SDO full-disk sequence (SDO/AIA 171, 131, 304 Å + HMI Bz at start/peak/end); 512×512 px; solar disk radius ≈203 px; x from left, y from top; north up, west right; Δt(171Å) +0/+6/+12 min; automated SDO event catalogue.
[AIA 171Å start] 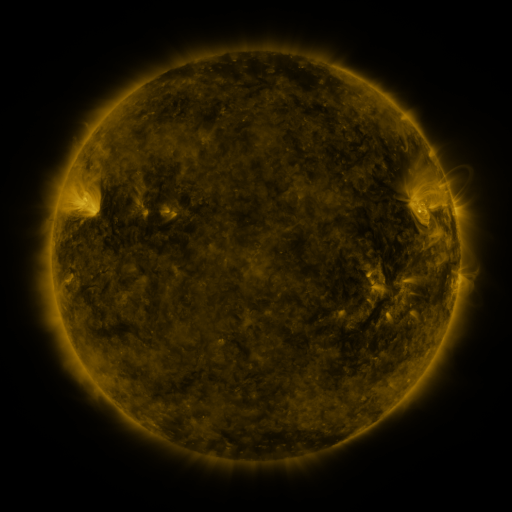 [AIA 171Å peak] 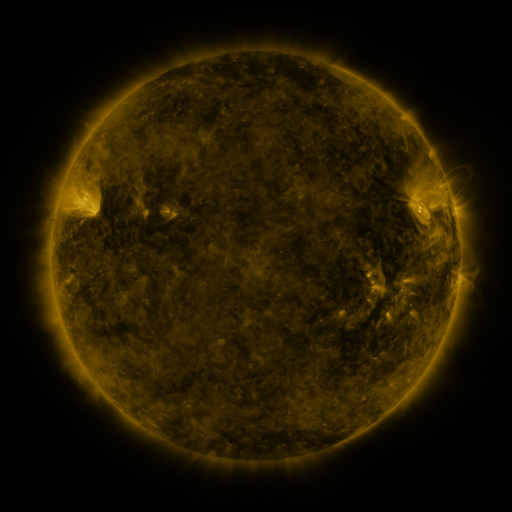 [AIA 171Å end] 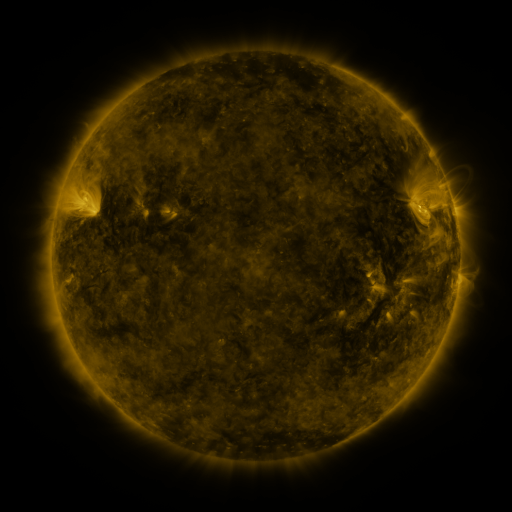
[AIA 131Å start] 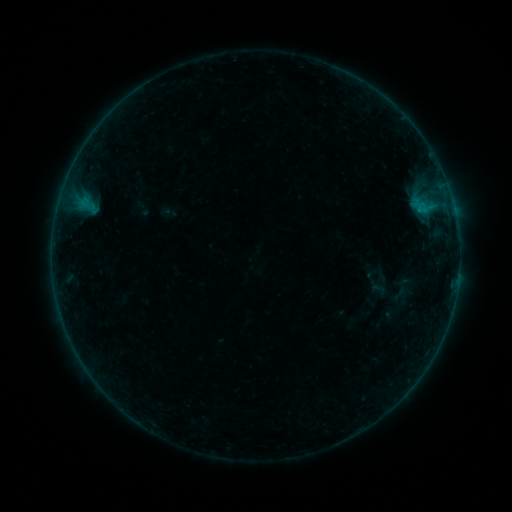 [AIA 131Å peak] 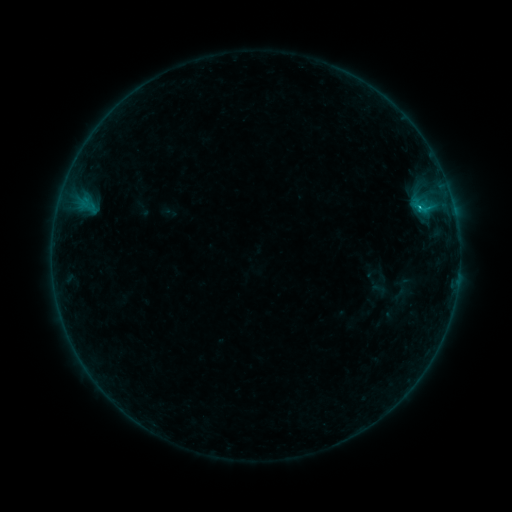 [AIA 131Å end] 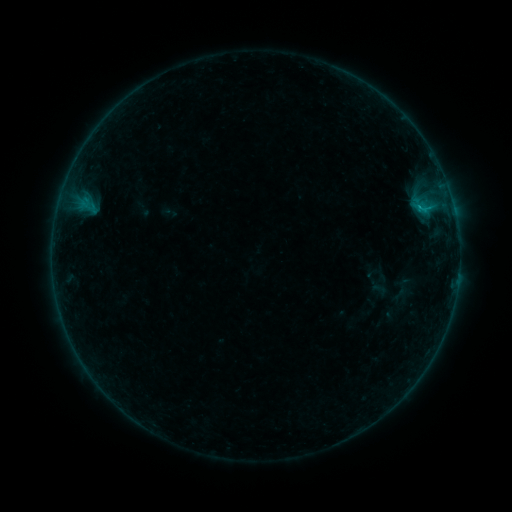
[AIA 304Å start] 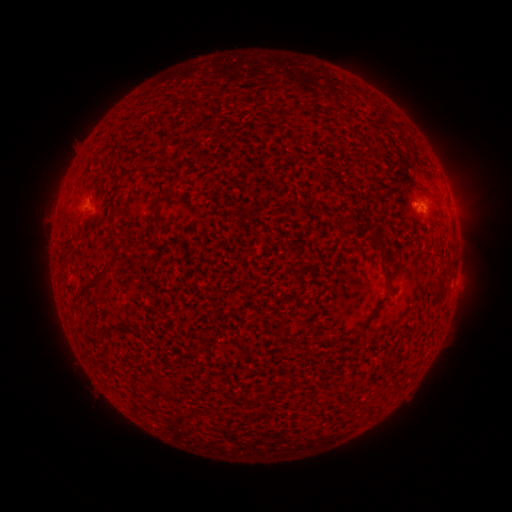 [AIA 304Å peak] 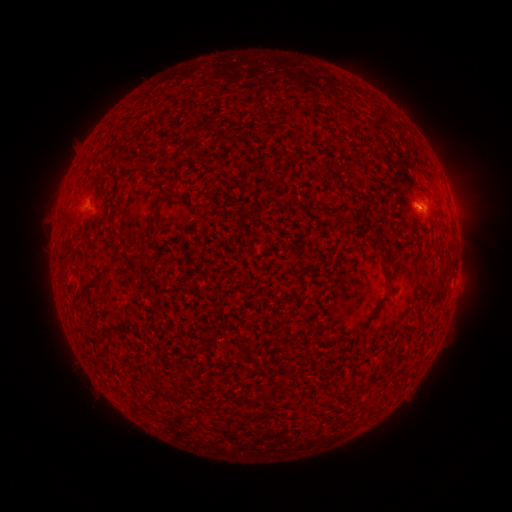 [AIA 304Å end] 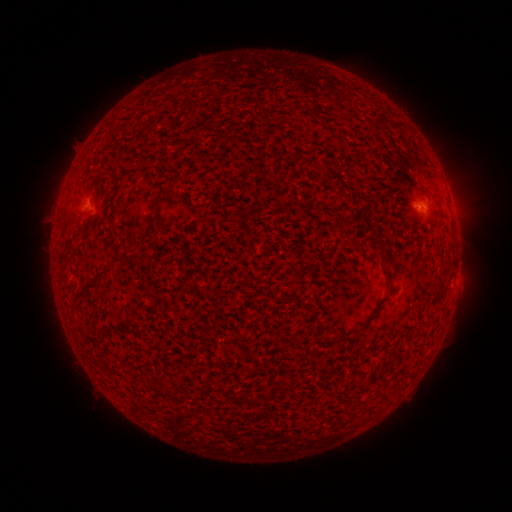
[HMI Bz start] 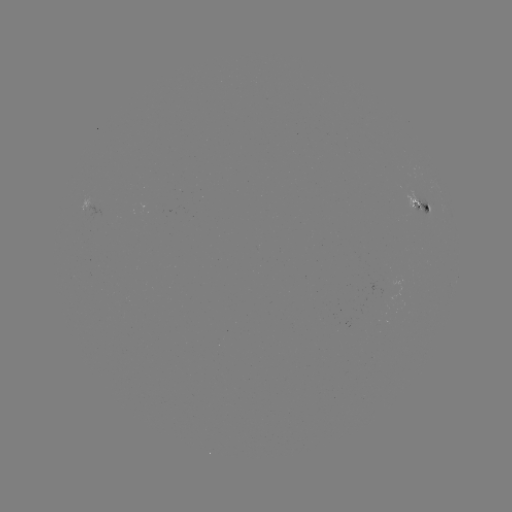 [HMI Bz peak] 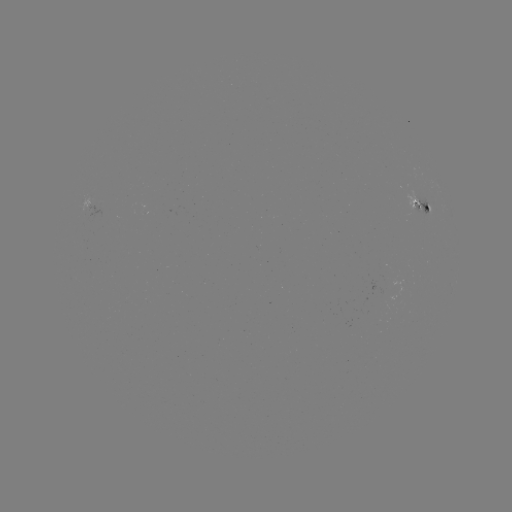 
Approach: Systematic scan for B4.4 flare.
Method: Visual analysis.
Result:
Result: B4.4 flare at (419, 211).